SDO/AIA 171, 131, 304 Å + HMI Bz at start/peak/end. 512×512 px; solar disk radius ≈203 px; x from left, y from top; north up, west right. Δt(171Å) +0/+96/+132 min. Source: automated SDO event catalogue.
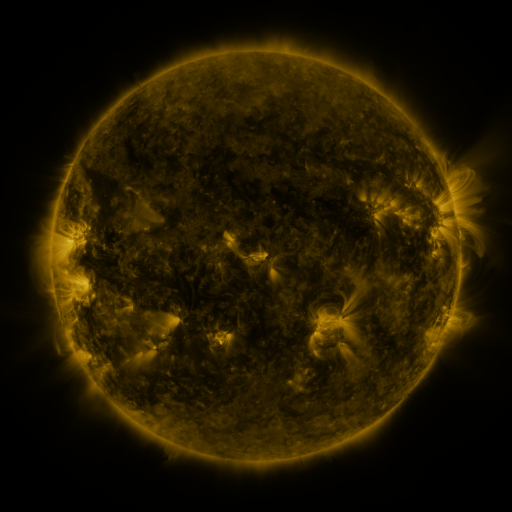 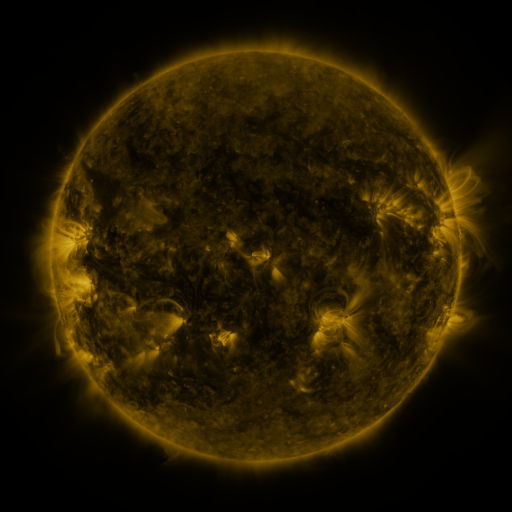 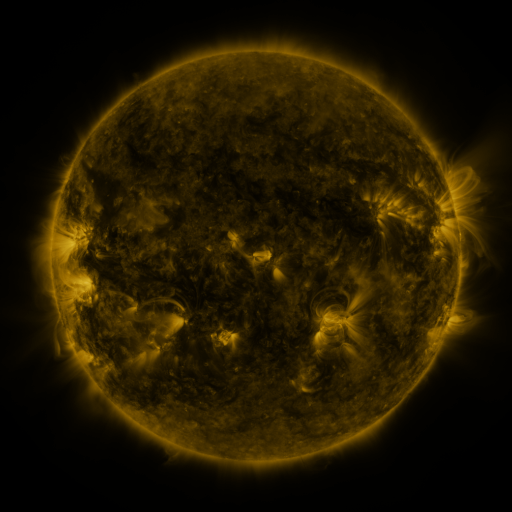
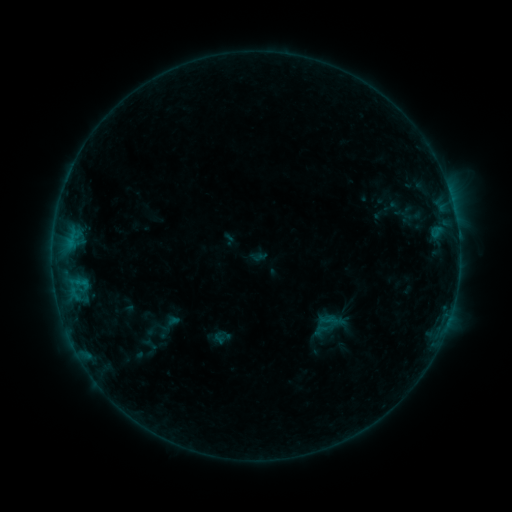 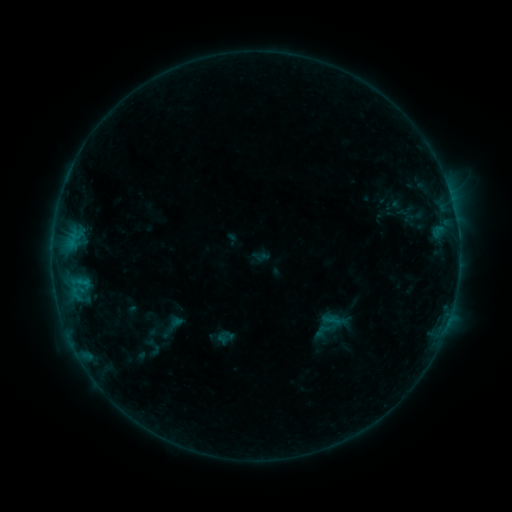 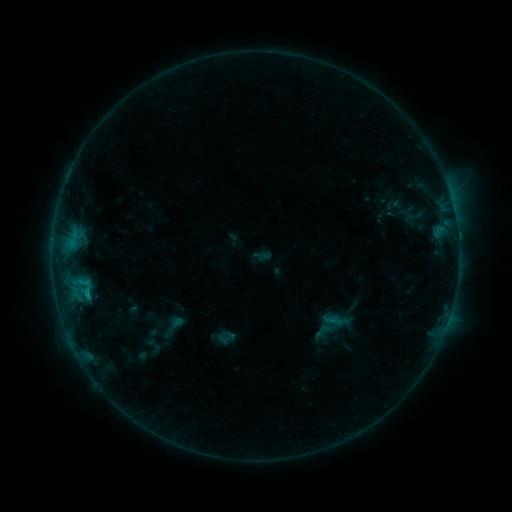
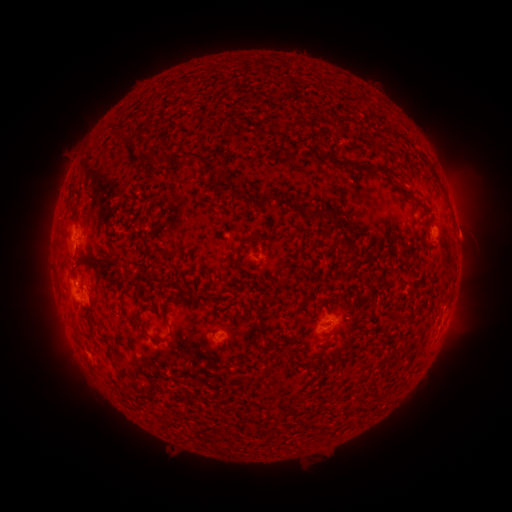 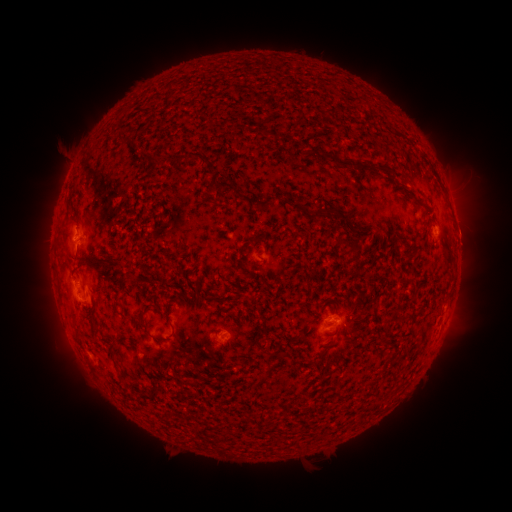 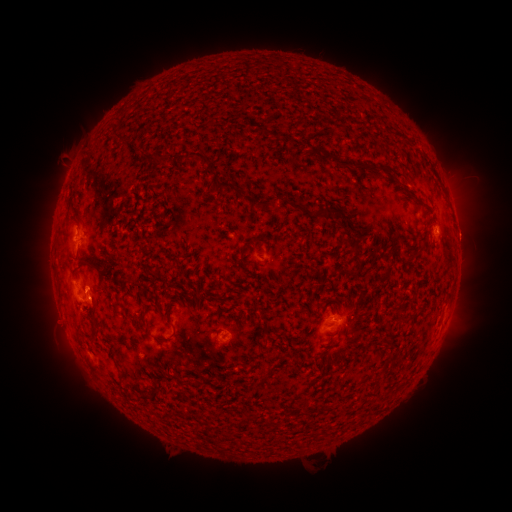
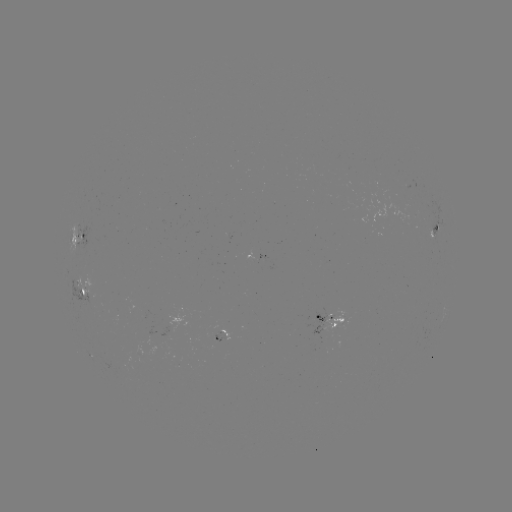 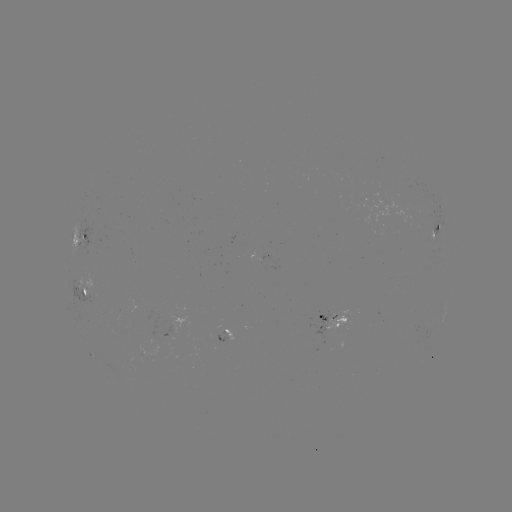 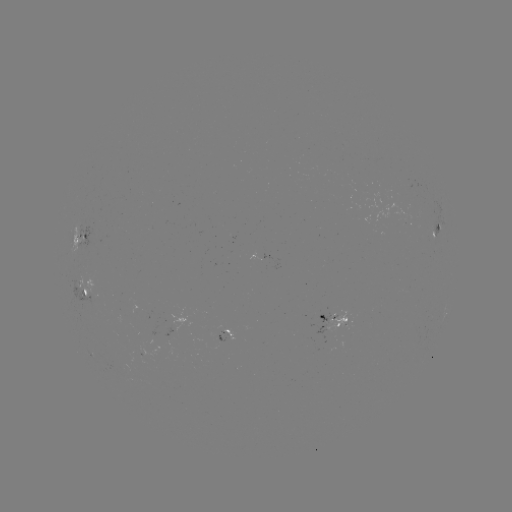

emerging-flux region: <bbox>307, 322, 324, 335</bbox>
